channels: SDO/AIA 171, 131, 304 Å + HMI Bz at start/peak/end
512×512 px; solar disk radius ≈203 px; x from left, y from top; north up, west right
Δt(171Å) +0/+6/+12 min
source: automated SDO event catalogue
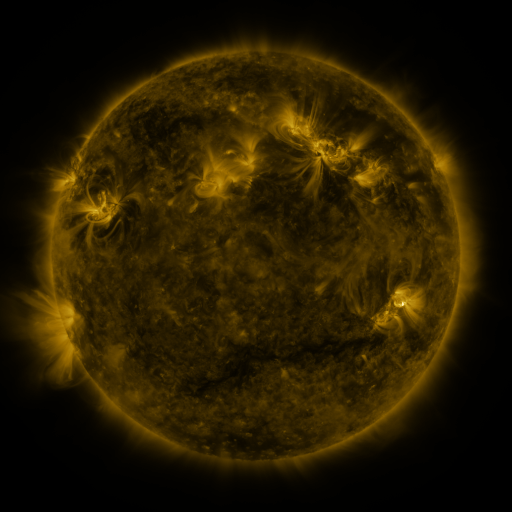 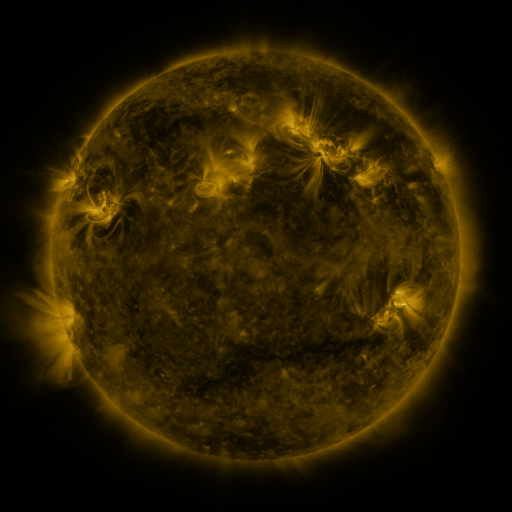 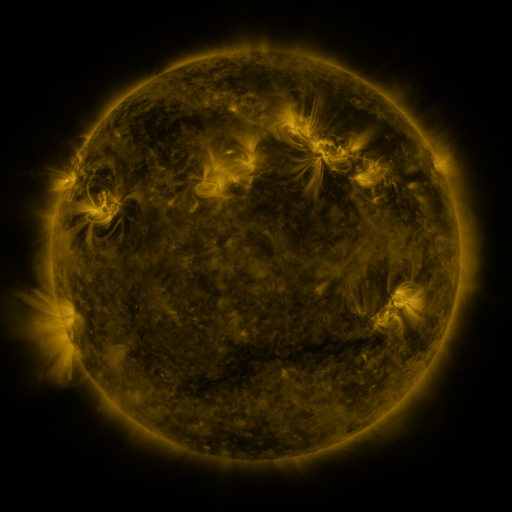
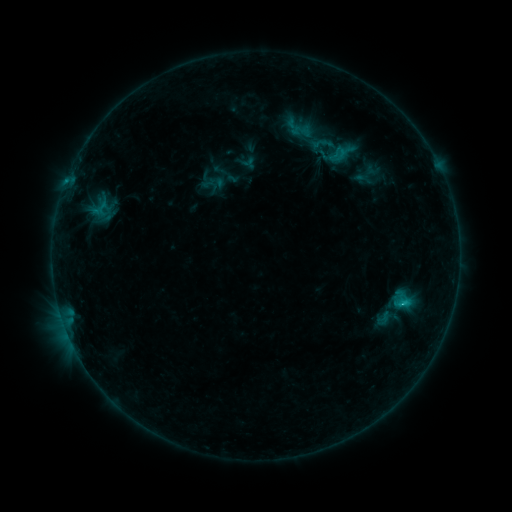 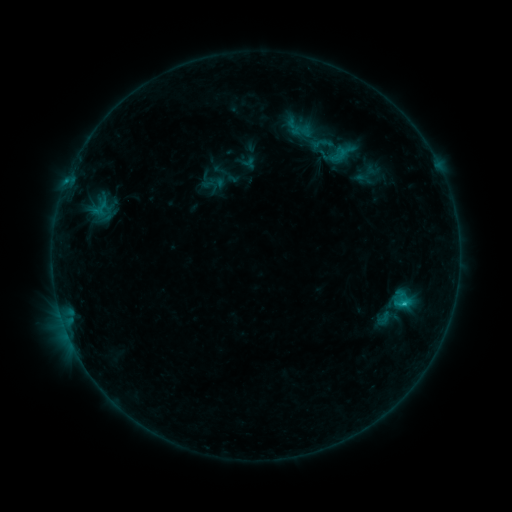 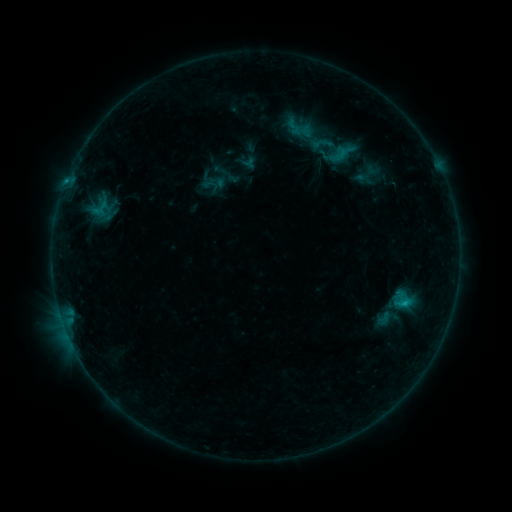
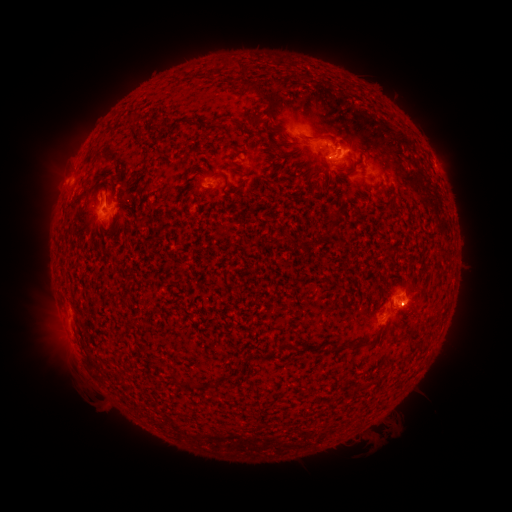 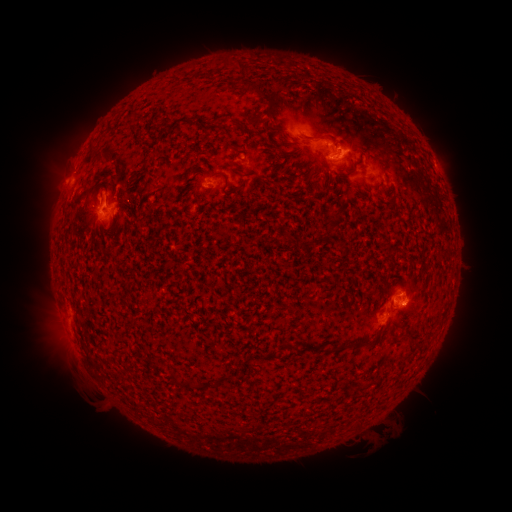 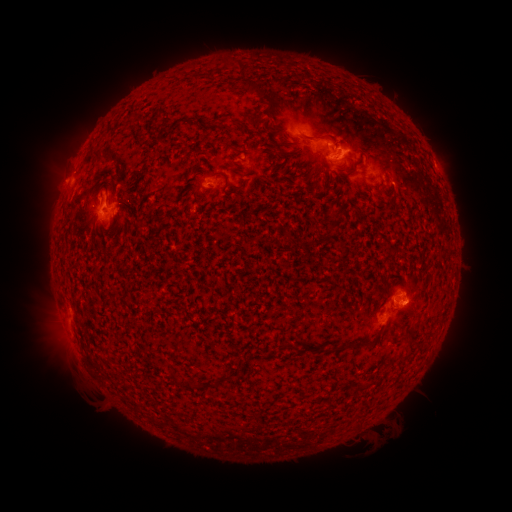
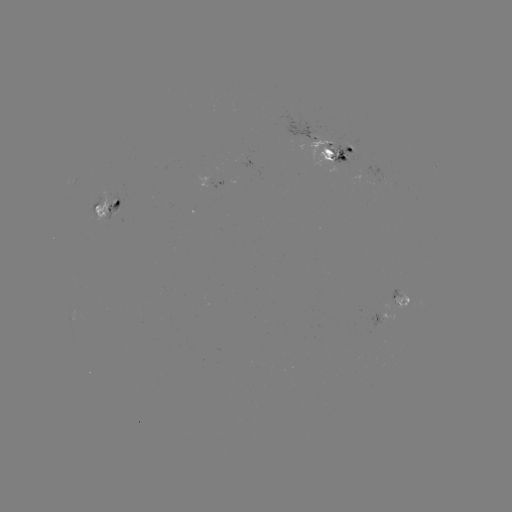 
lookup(C1.2 flare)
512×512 404,302